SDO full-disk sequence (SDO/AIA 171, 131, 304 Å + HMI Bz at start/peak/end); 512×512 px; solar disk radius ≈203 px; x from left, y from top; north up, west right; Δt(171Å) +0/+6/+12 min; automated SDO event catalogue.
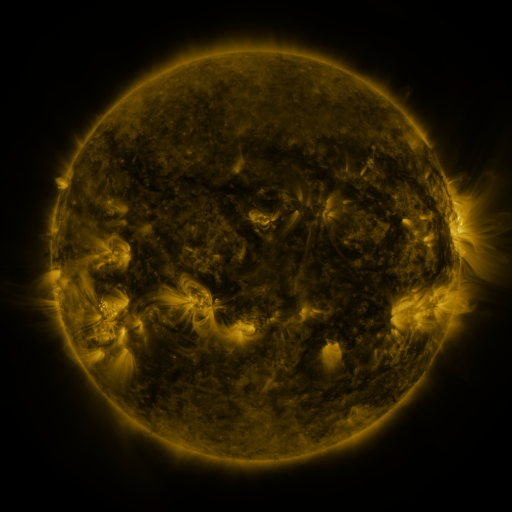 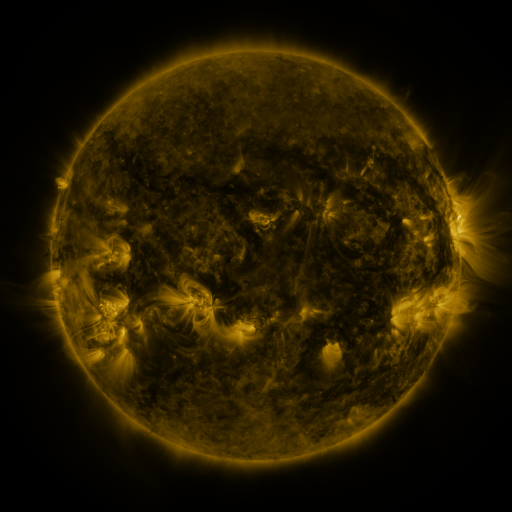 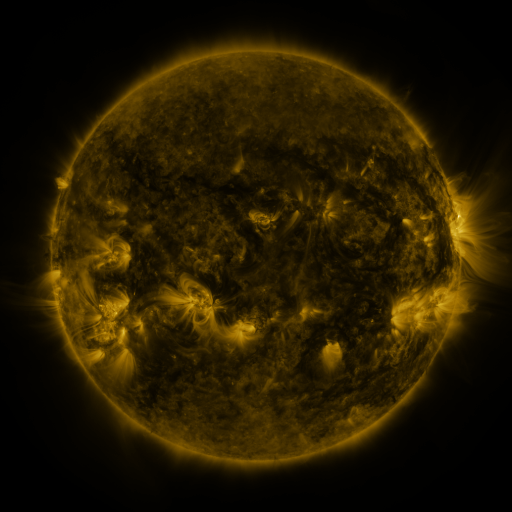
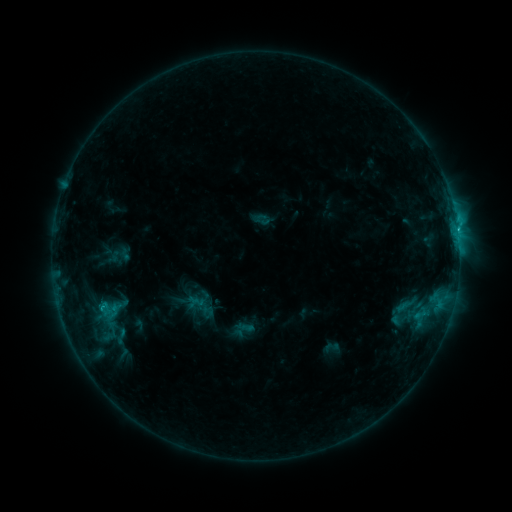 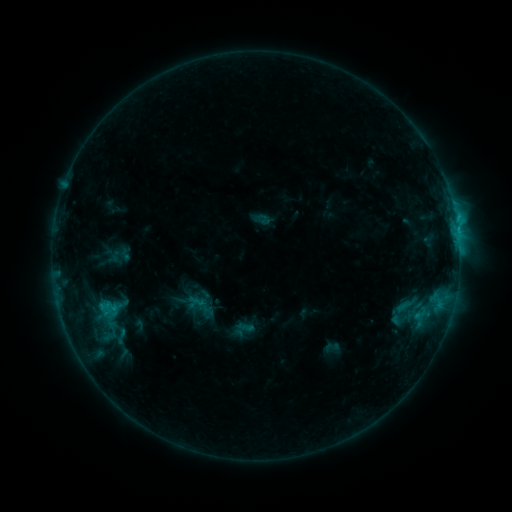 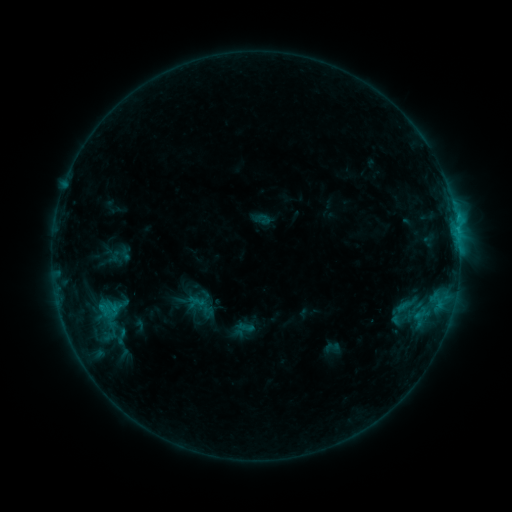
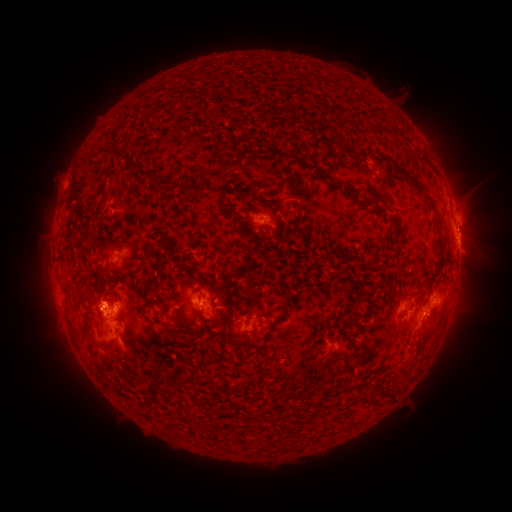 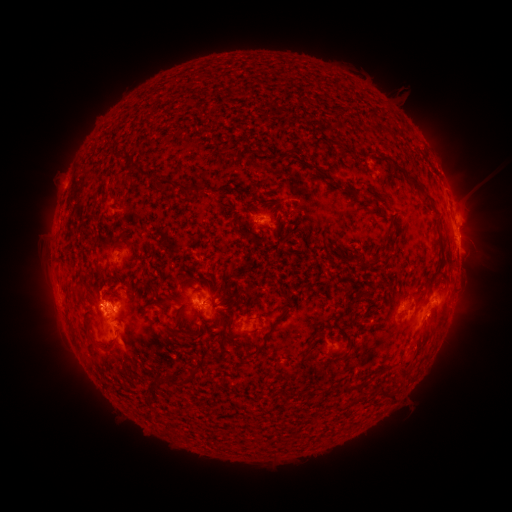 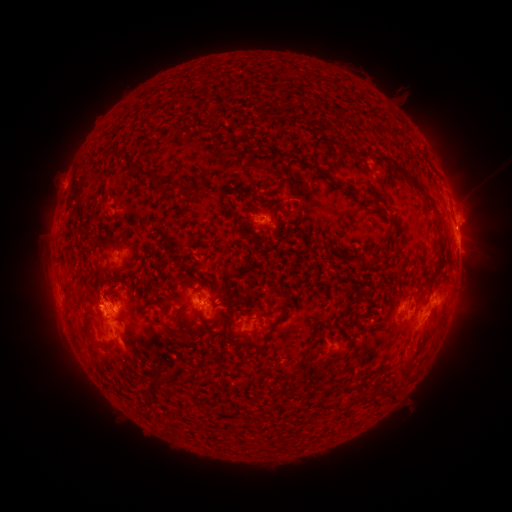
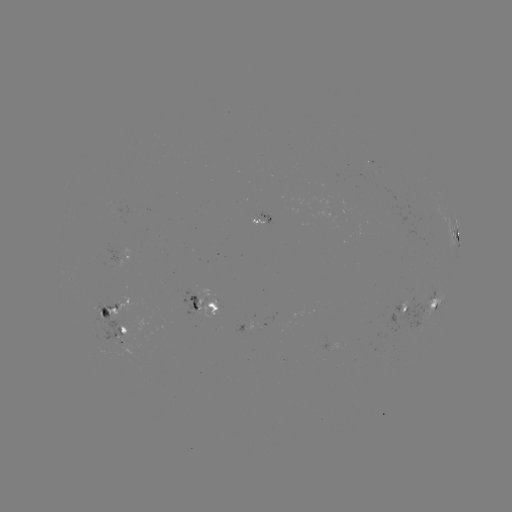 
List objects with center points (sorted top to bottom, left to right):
eruption: (97, 284)
